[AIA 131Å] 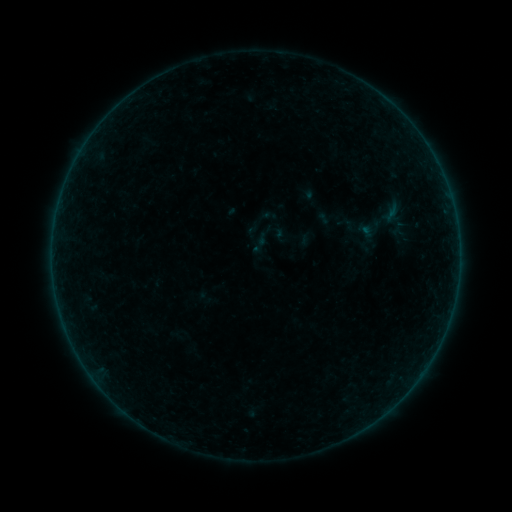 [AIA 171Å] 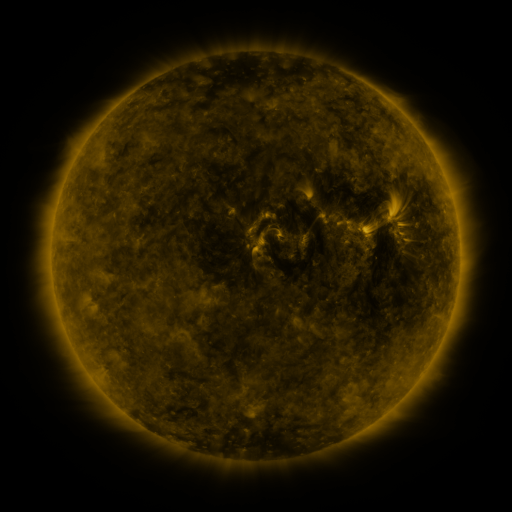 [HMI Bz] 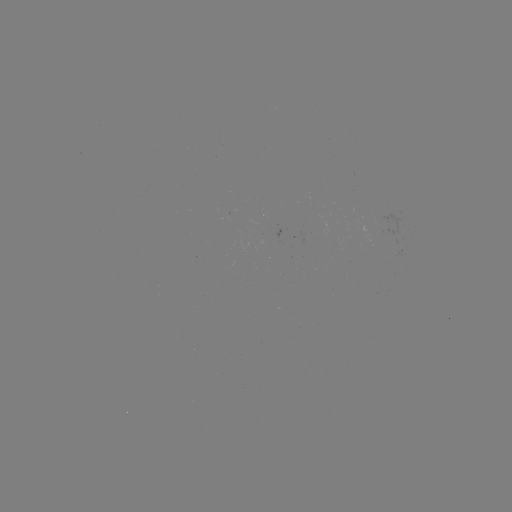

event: sigmoid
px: (268, 238)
